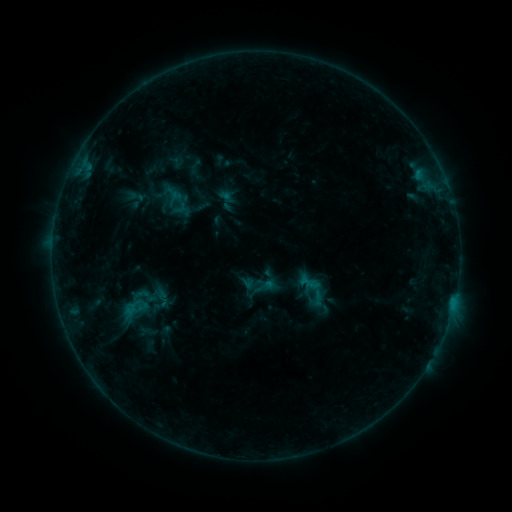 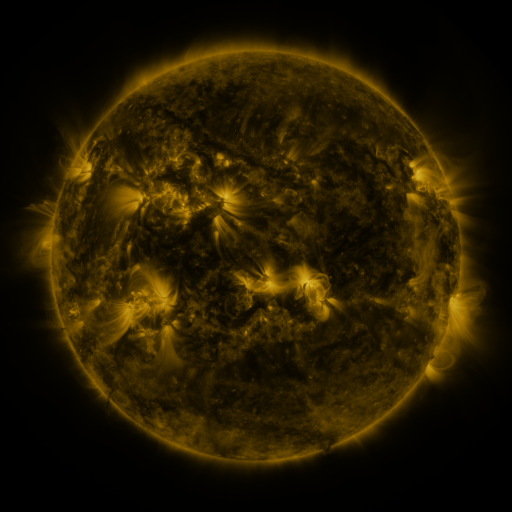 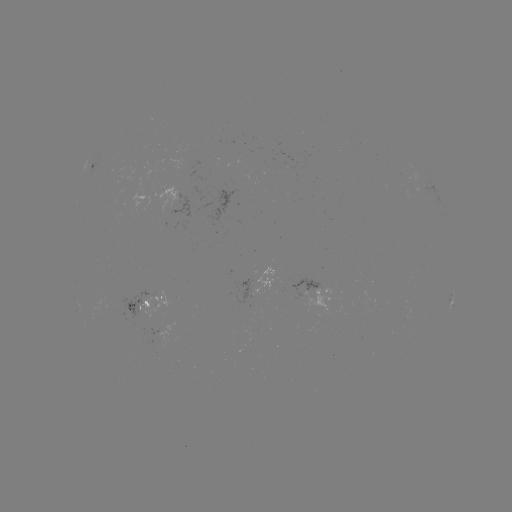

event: sigmoid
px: (316, 289)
